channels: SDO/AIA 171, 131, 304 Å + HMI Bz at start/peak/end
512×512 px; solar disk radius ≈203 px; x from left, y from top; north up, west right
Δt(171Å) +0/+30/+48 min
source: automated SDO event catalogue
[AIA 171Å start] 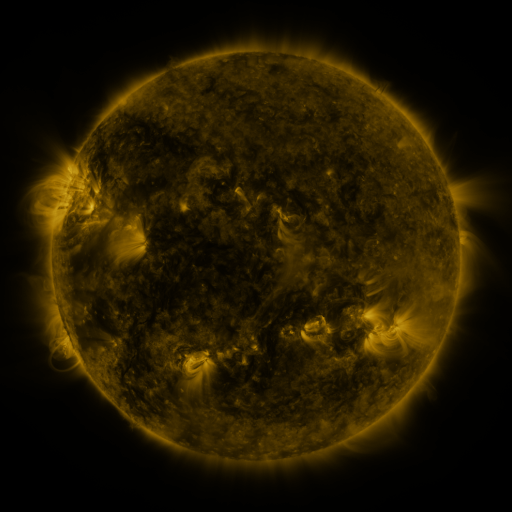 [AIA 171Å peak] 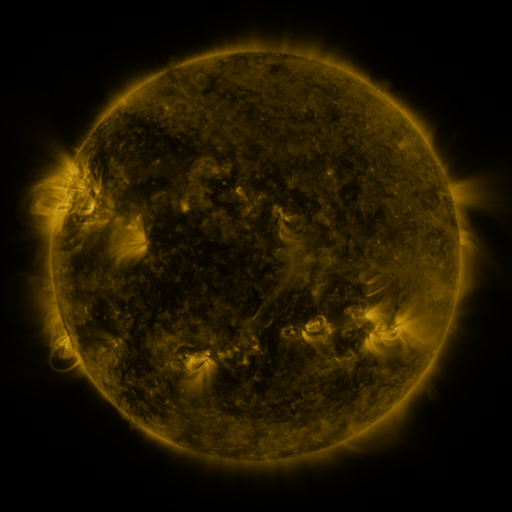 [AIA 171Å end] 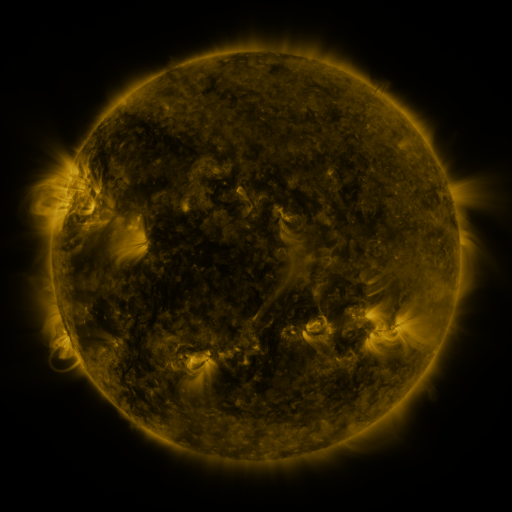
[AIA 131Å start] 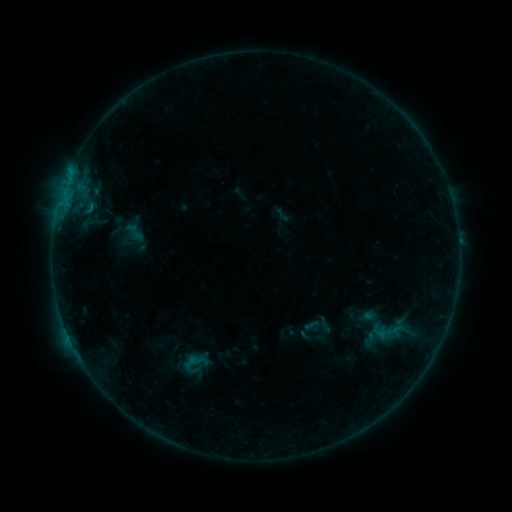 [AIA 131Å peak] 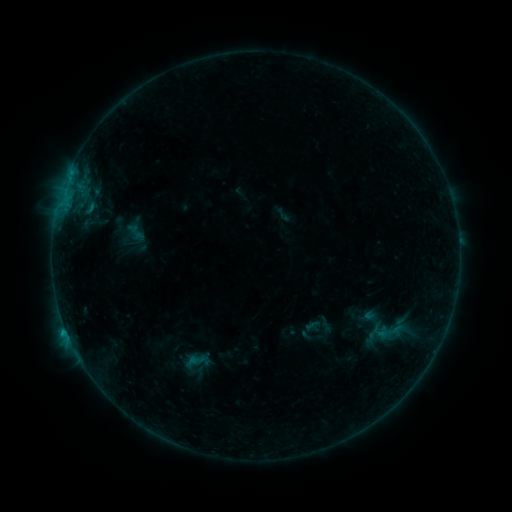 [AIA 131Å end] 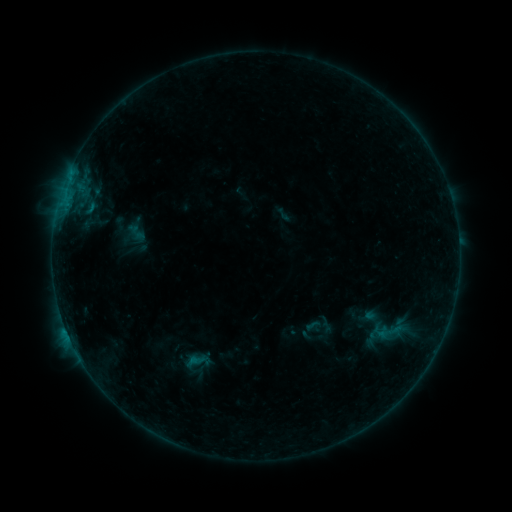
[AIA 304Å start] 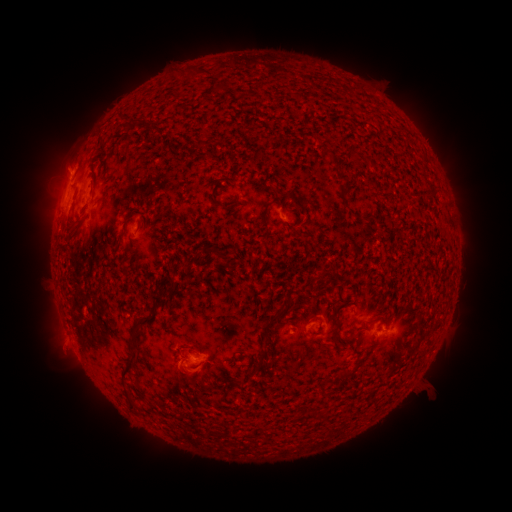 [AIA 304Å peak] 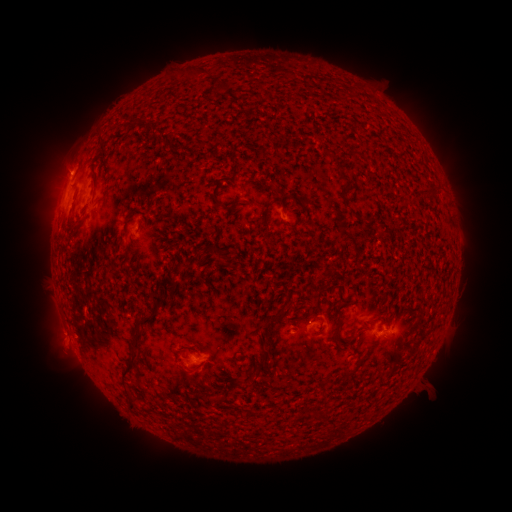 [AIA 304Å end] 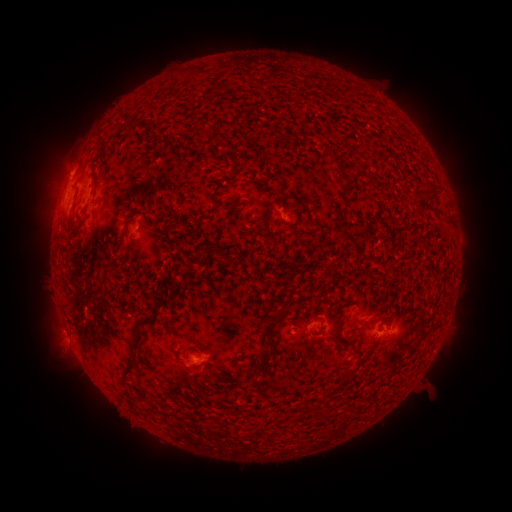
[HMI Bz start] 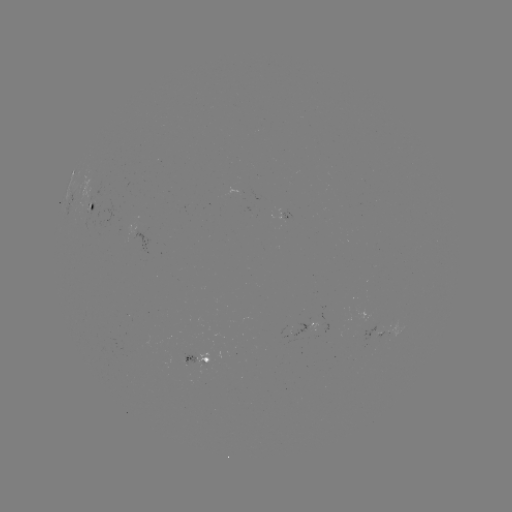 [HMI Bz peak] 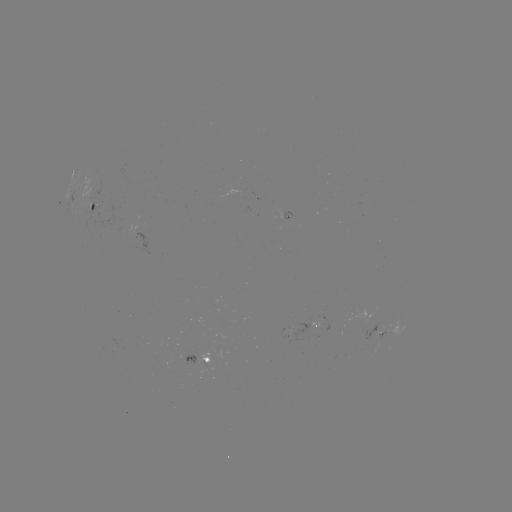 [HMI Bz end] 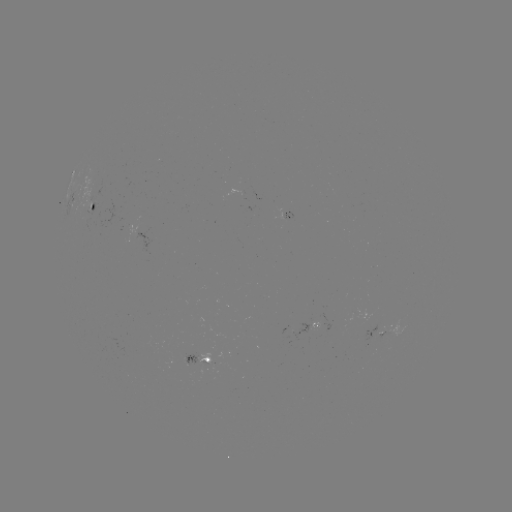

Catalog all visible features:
B5.0 flare: (66, 329)
